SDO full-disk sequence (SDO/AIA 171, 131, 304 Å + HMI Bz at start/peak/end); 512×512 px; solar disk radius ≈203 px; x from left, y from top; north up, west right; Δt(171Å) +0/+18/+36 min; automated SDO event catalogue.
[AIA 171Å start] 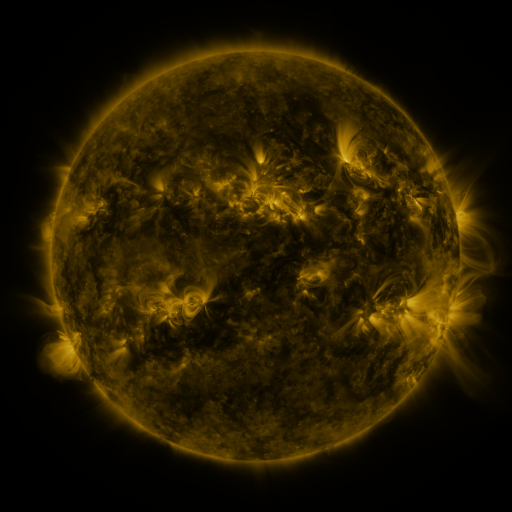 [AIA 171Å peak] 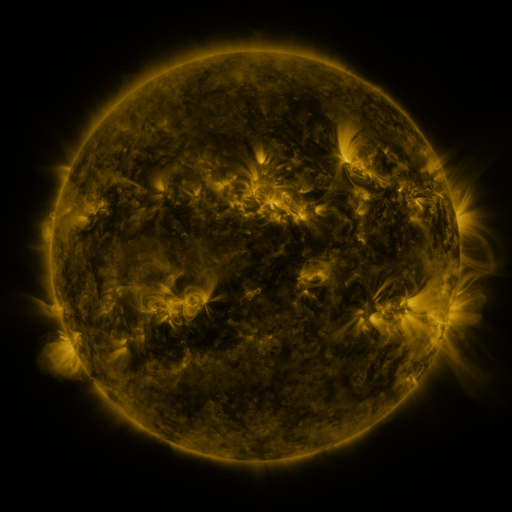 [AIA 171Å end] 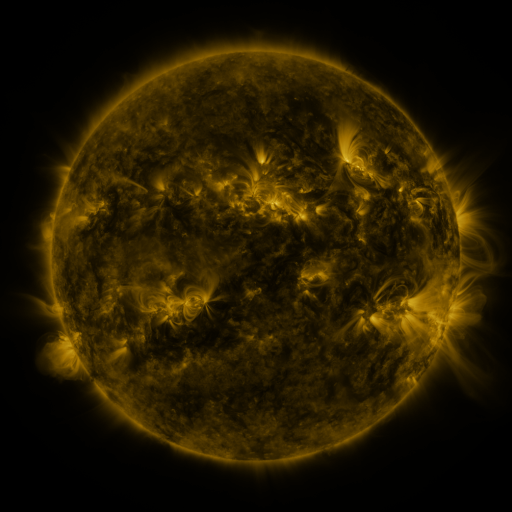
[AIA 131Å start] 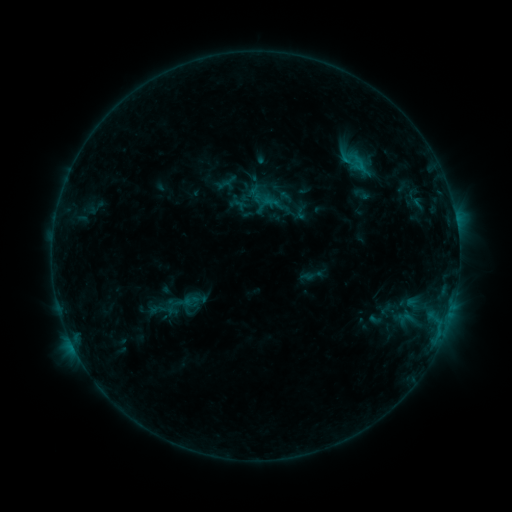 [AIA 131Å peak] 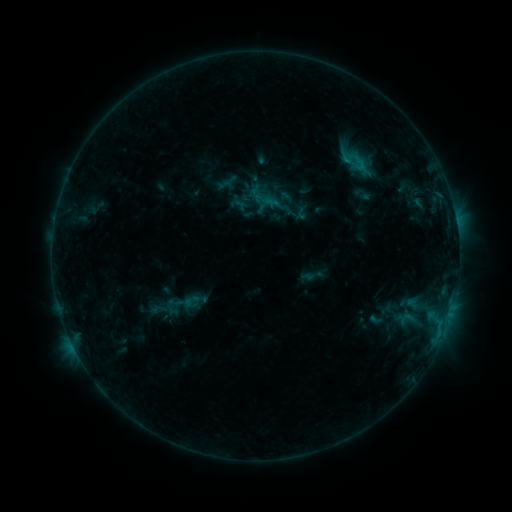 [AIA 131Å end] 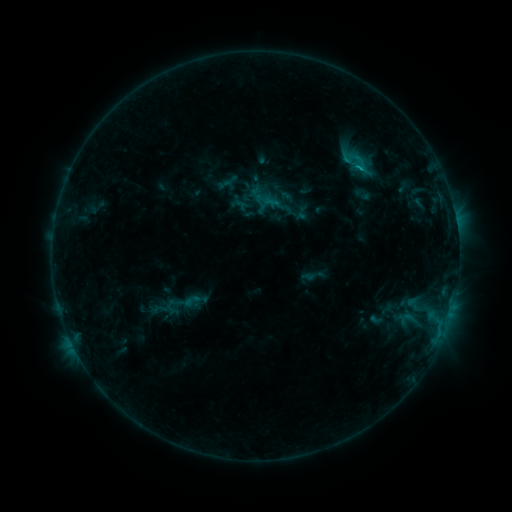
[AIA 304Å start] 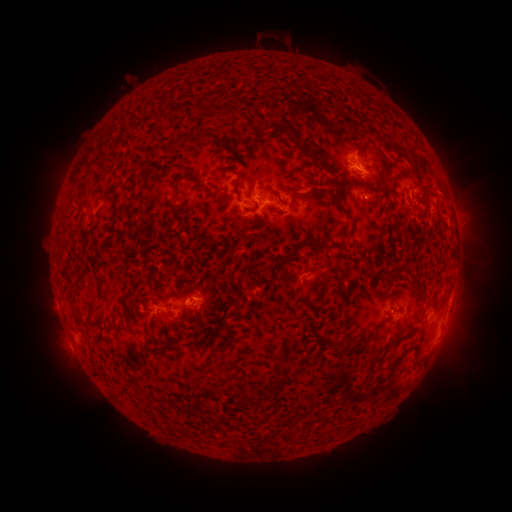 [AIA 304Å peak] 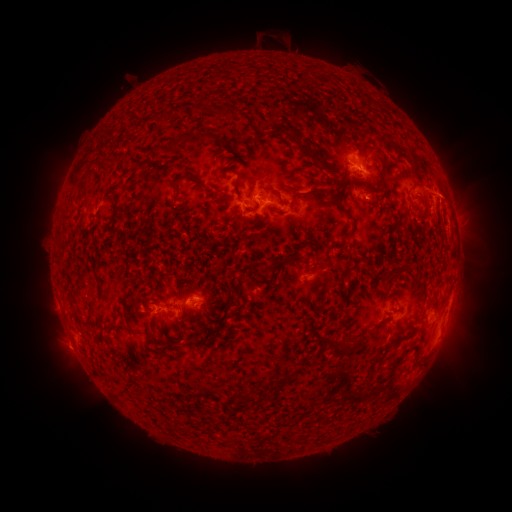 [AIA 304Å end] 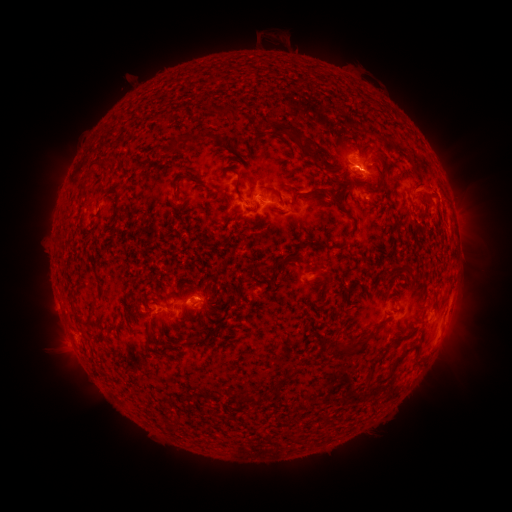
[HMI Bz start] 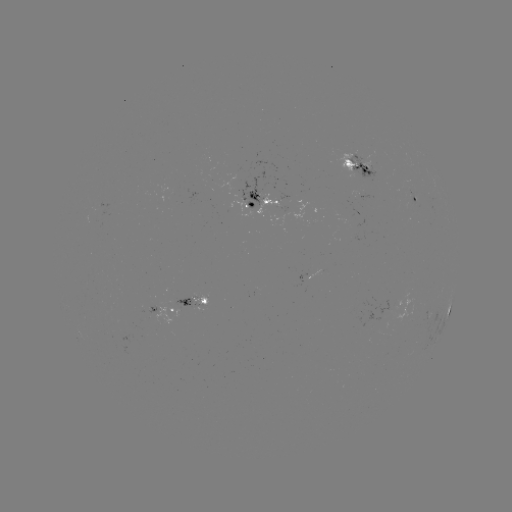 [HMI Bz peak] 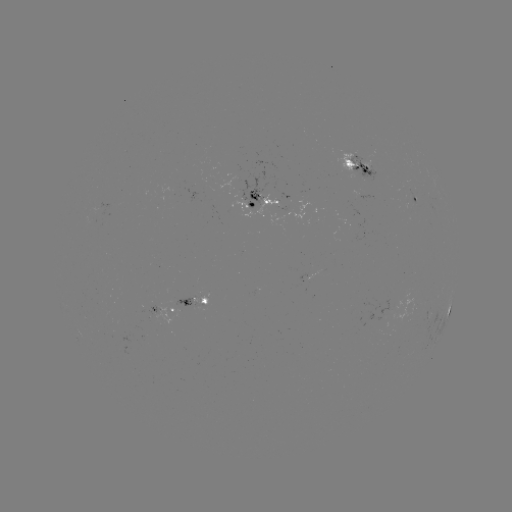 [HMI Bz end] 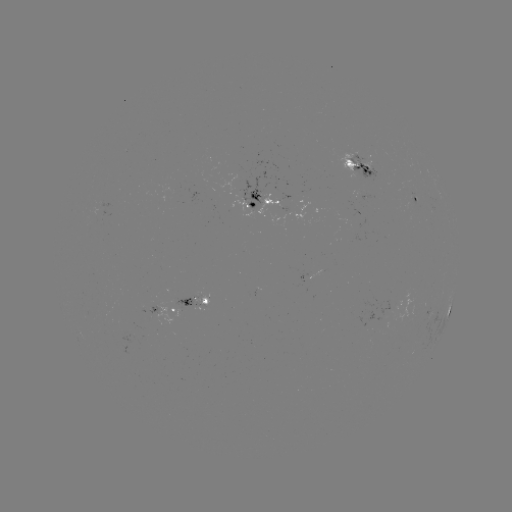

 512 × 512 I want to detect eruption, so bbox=[409, 166, 485, 247].